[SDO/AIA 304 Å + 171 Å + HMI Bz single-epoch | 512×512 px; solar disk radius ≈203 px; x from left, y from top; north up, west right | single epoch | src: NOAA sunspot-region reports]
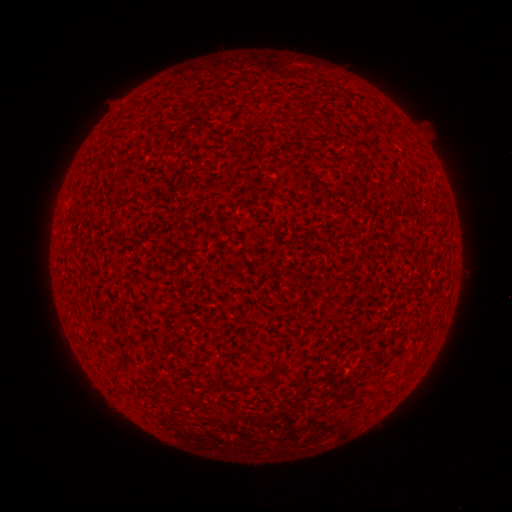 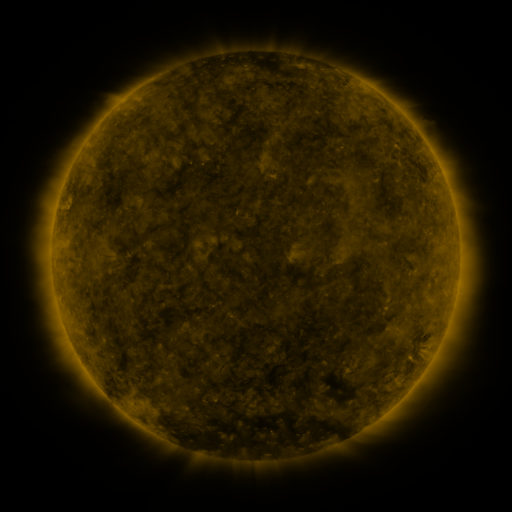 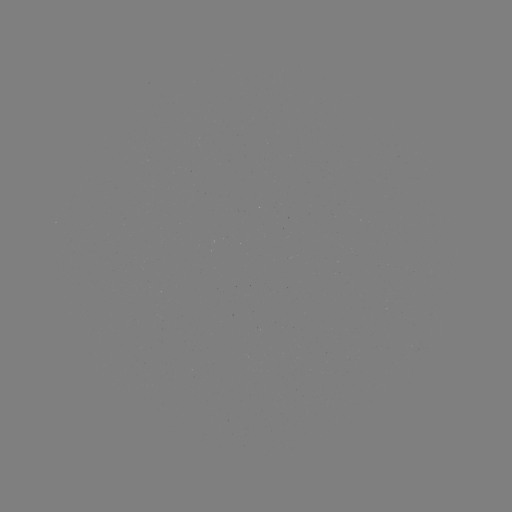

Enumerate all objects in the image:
(none)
